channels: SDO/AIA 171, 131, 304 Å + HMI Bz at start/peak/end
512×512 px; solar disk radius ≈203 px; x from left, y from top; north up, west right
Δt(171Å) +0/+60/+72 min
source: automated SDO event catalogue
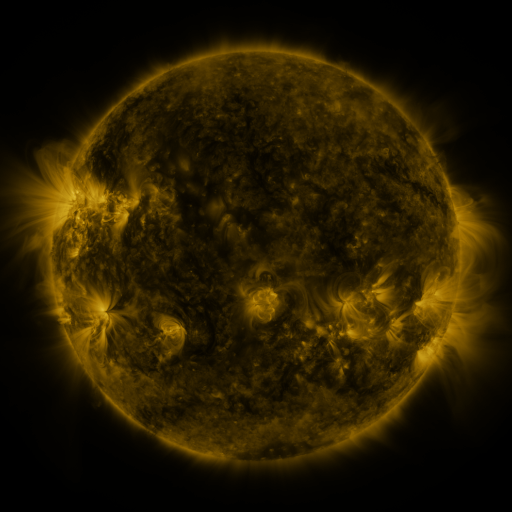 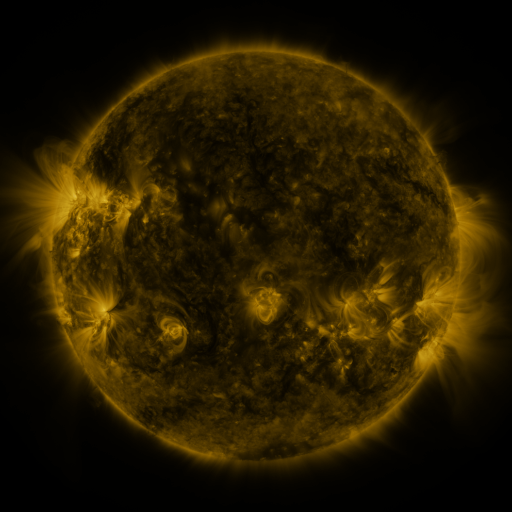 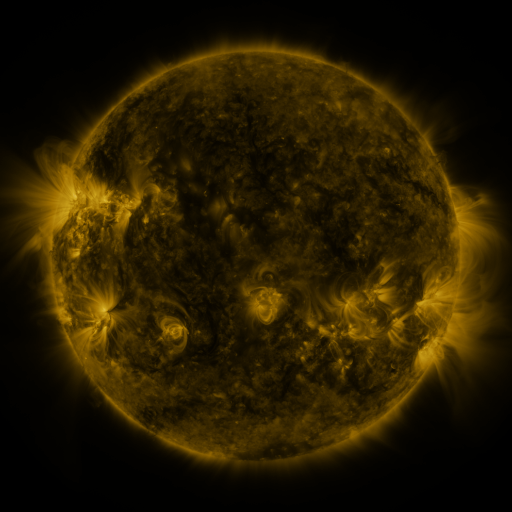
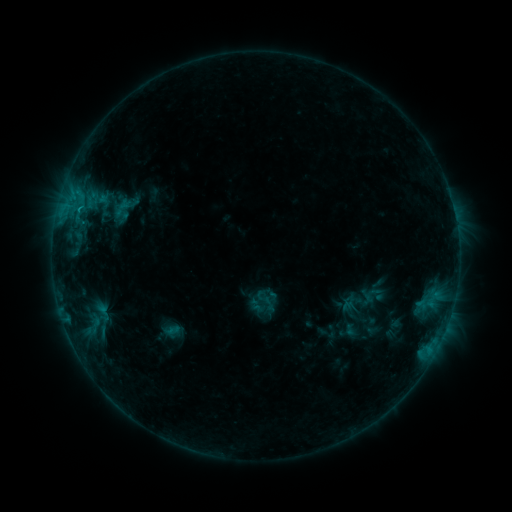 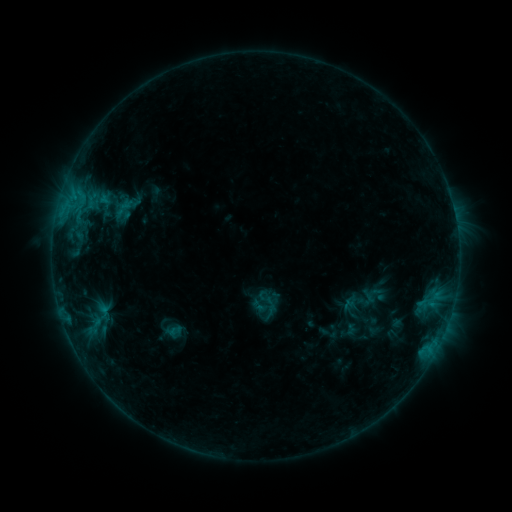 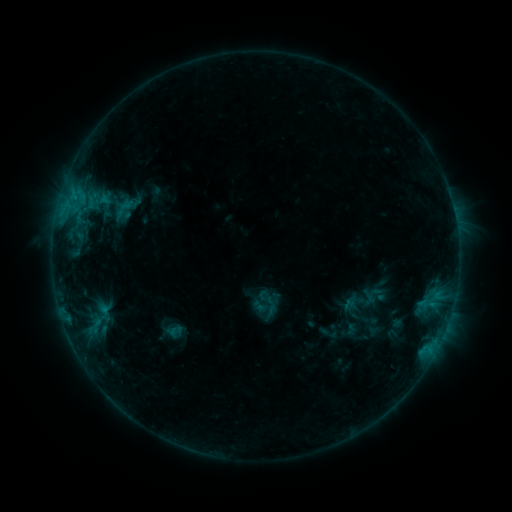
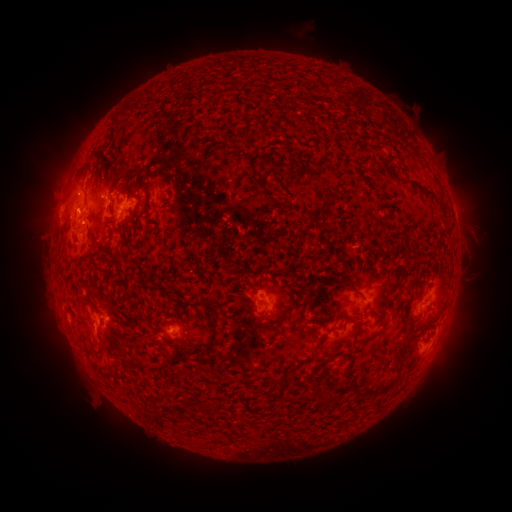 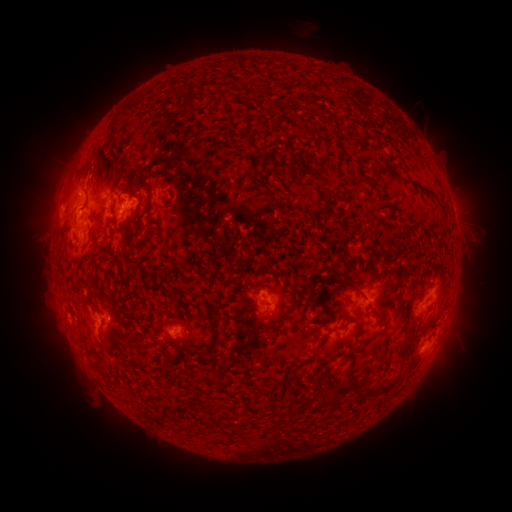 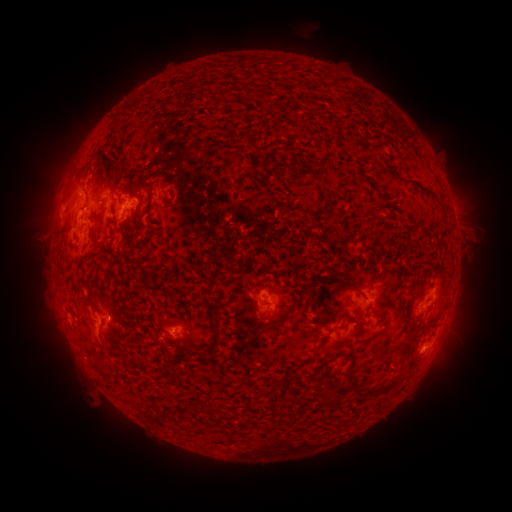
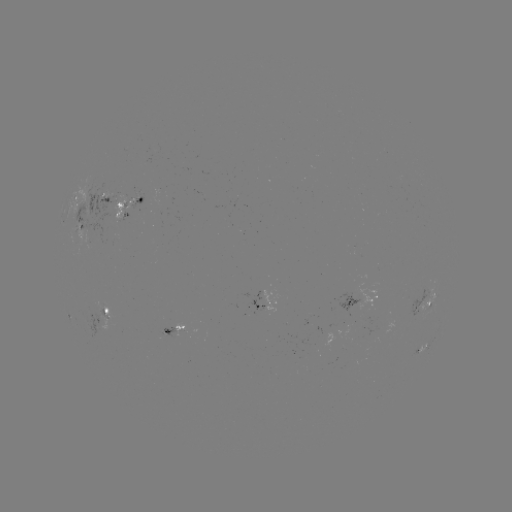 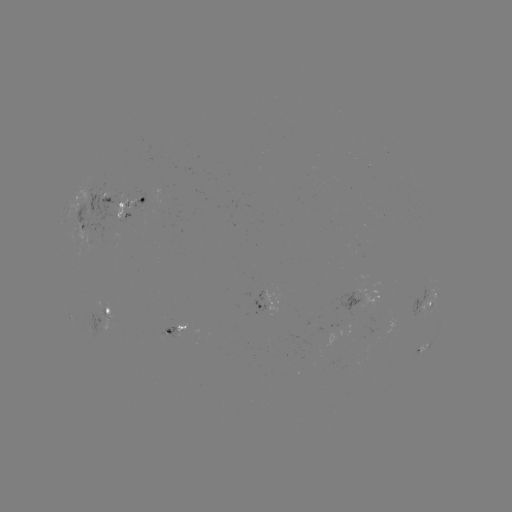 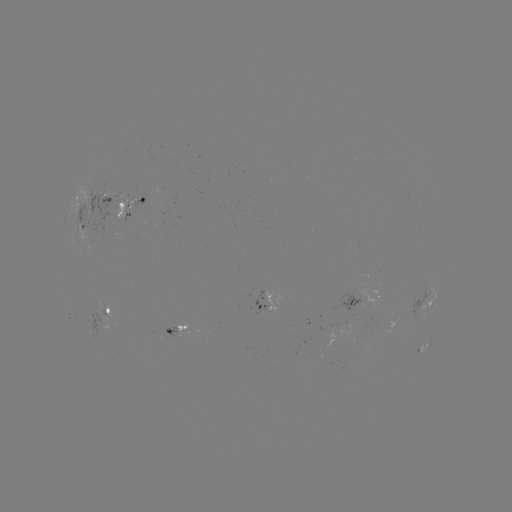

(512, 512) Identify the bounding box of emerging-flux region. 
[80, 187, 118, 244].